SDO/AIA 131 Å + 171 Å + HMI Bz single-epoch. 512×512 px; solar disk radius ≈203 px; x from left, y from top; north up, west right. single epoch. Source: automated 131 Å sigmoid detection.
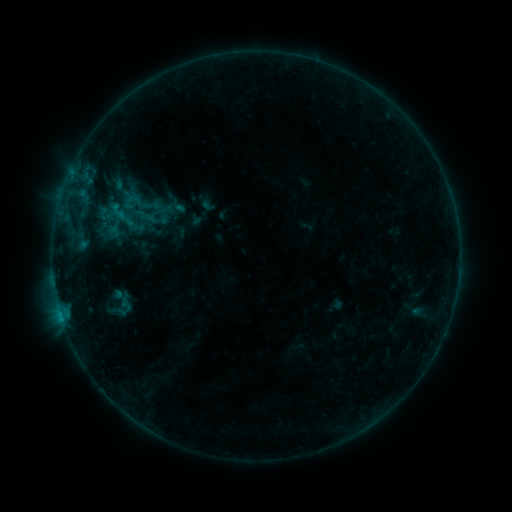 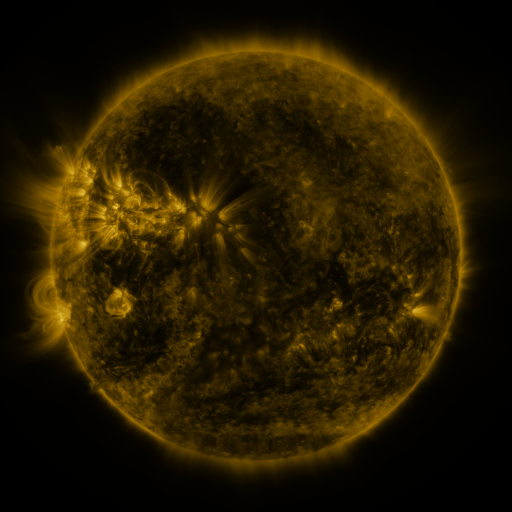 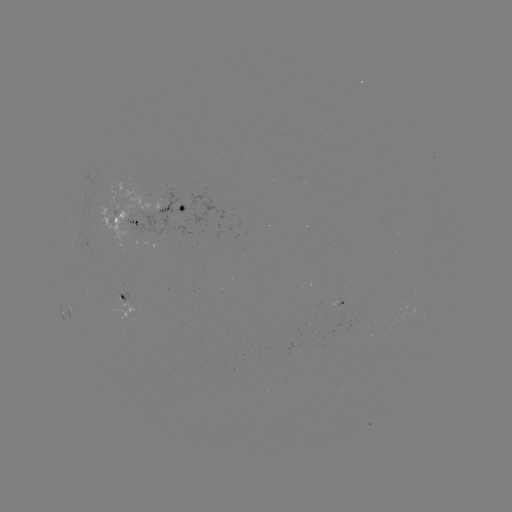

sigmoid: <bbox>110, 239, 140, 272</bbox>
